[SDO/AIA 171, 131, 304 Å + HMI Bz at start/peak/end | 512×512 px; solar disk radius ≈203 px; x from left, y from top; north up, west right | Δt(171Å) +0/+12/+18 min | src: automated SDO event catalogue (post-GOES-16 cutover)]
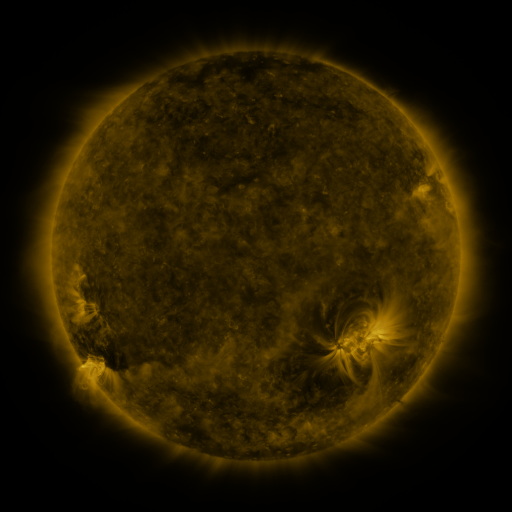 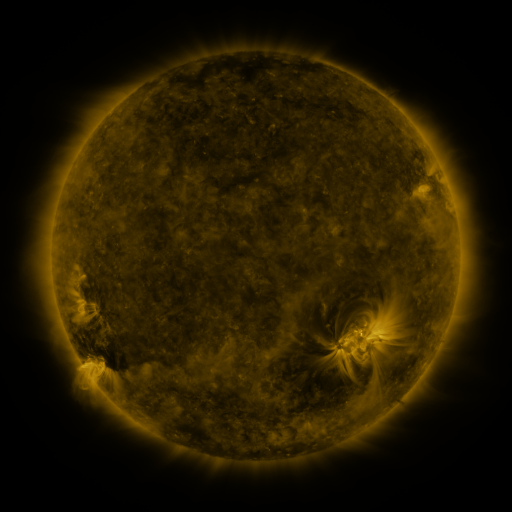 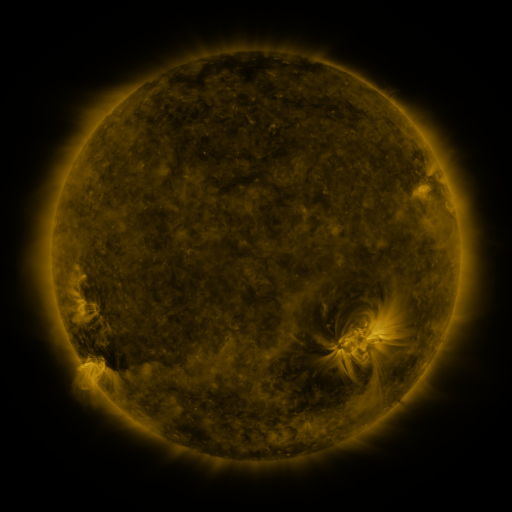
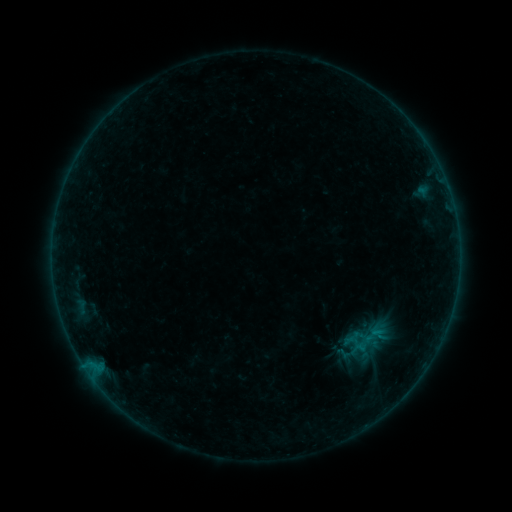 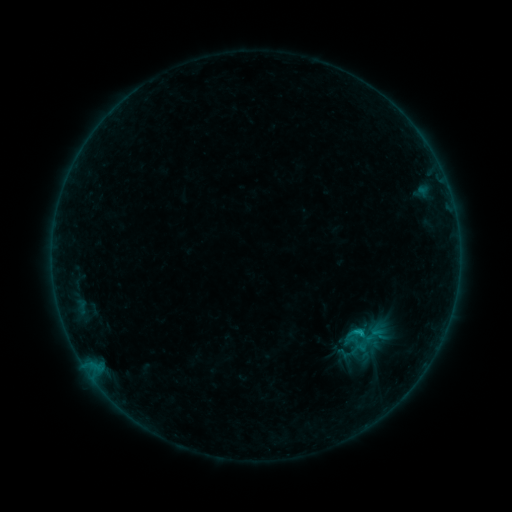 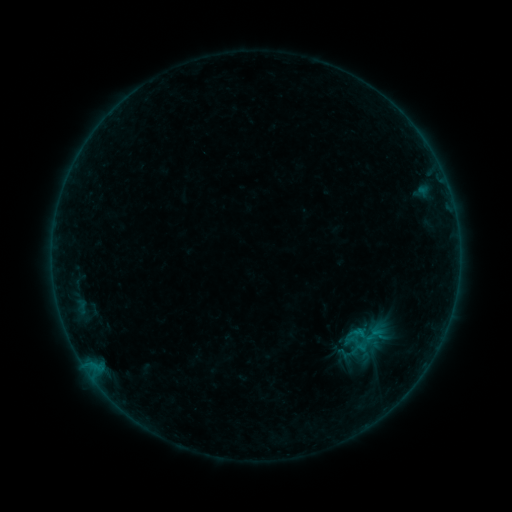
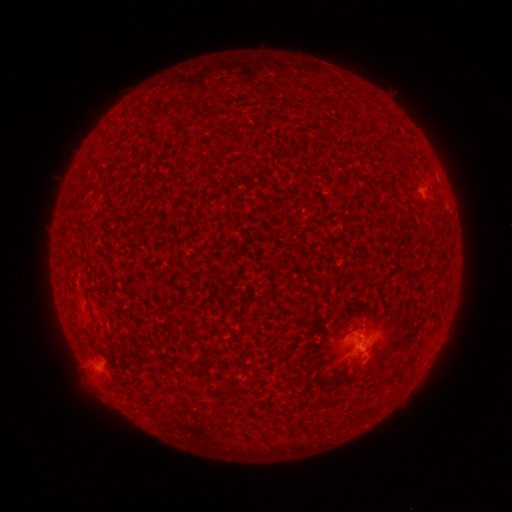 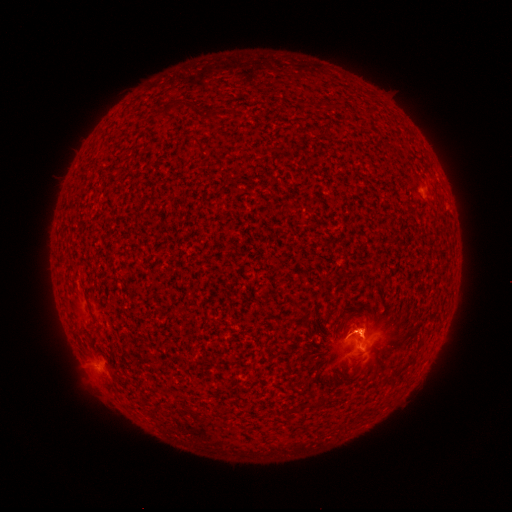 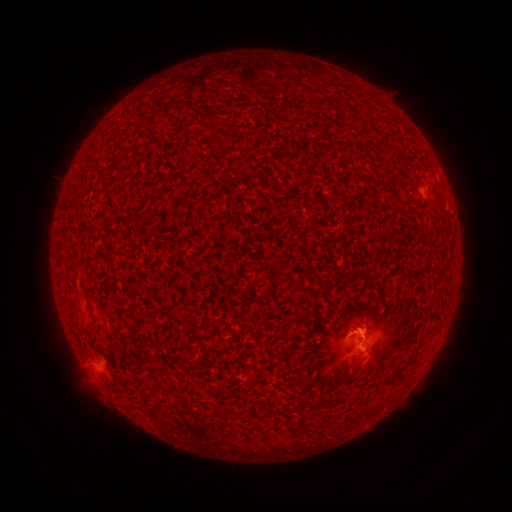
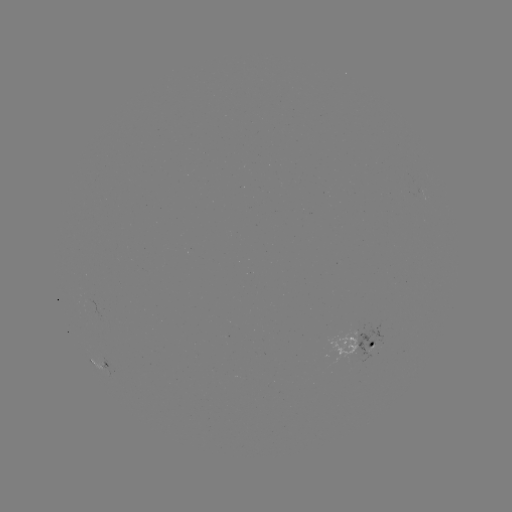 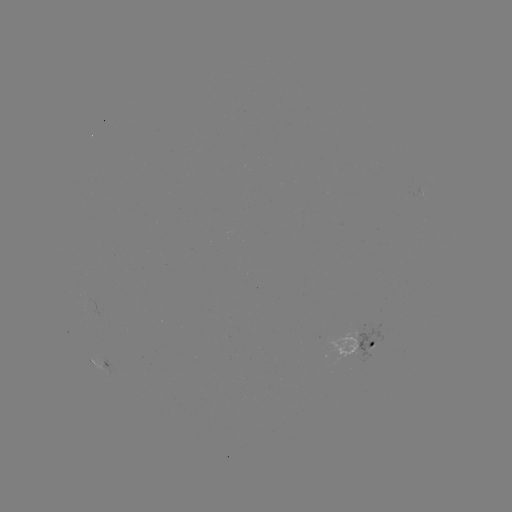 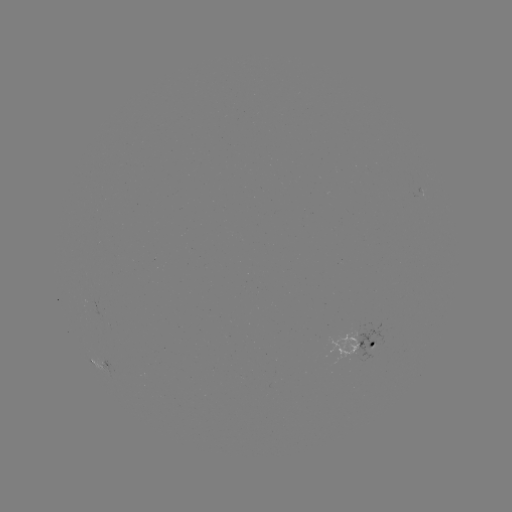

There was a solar flare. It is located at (360, 331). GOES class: B6.4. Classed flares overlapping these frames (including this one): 1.